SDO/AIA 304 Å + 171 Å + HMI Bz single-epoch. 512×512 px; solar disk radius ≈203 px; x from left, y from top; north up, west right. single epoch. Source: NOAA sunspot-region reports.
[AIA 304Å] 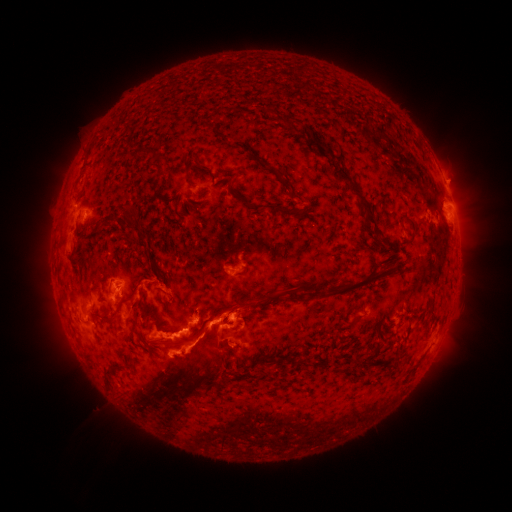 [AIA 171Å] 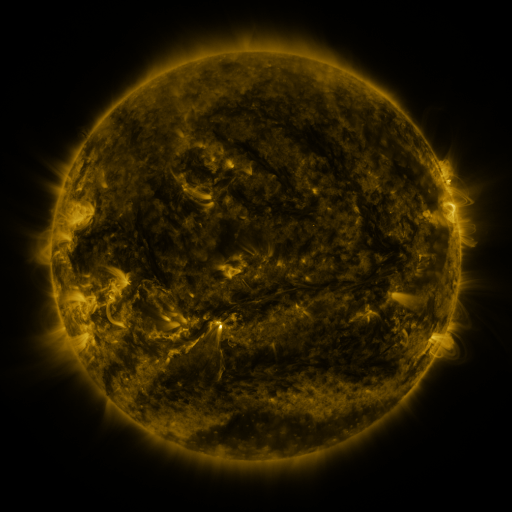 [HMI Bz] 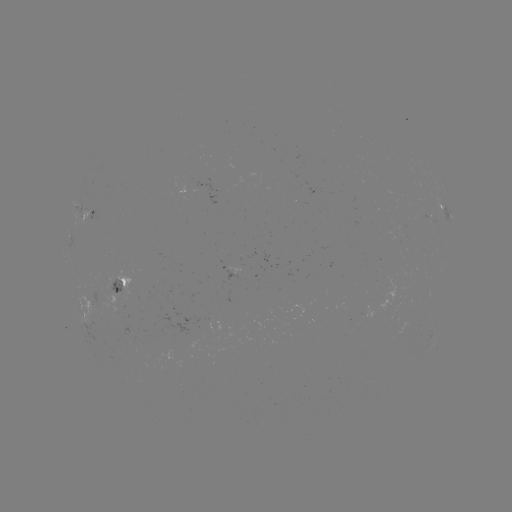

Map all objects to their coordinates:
spotted active region: (446, 210)
spotted active region: (87, 212)
spotted active region: (235, 272)
spotted active region: (127, 281)
